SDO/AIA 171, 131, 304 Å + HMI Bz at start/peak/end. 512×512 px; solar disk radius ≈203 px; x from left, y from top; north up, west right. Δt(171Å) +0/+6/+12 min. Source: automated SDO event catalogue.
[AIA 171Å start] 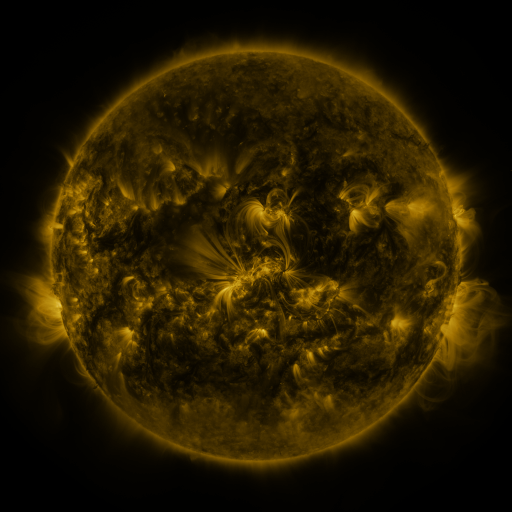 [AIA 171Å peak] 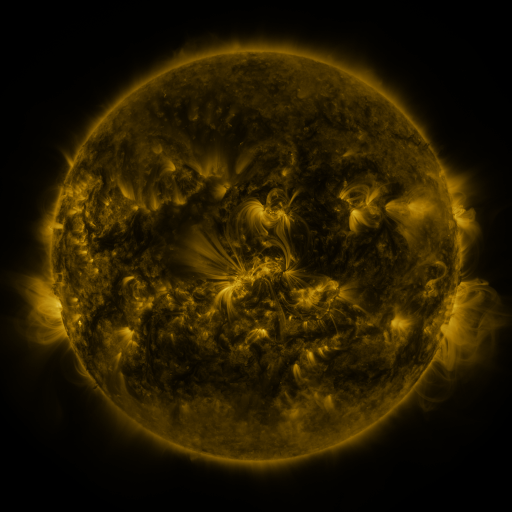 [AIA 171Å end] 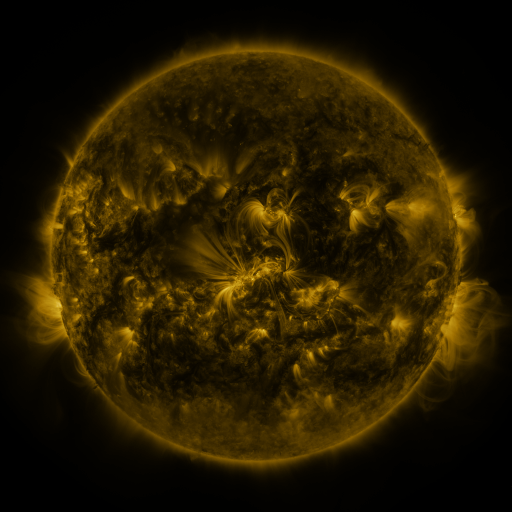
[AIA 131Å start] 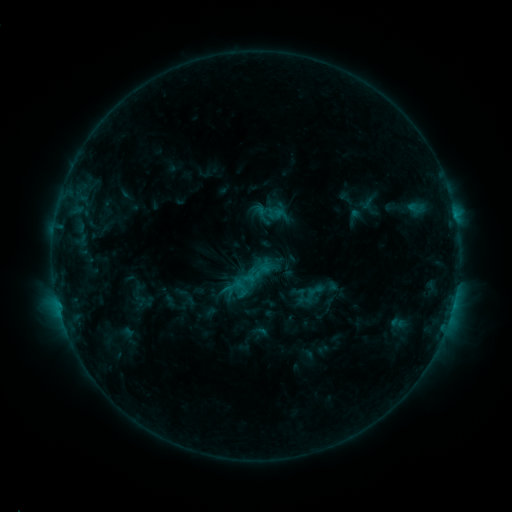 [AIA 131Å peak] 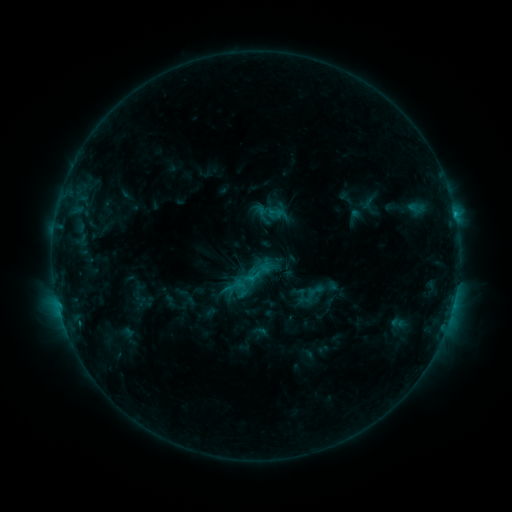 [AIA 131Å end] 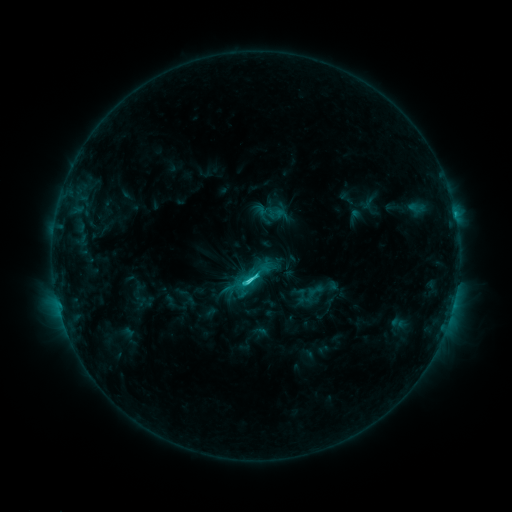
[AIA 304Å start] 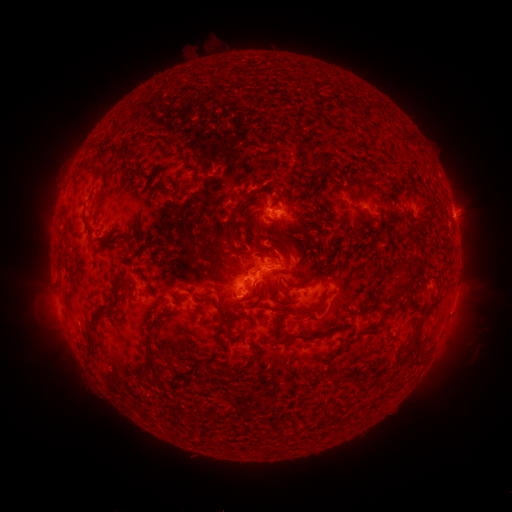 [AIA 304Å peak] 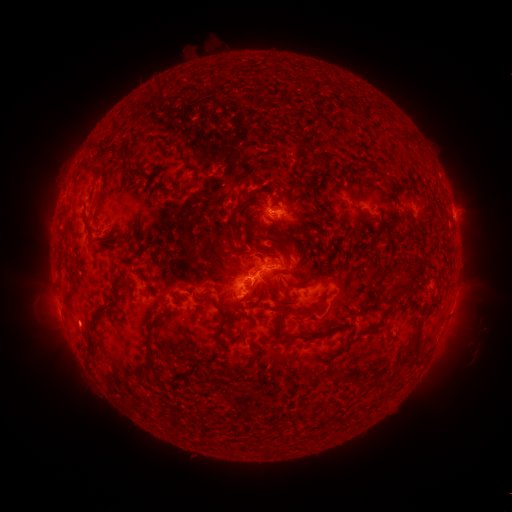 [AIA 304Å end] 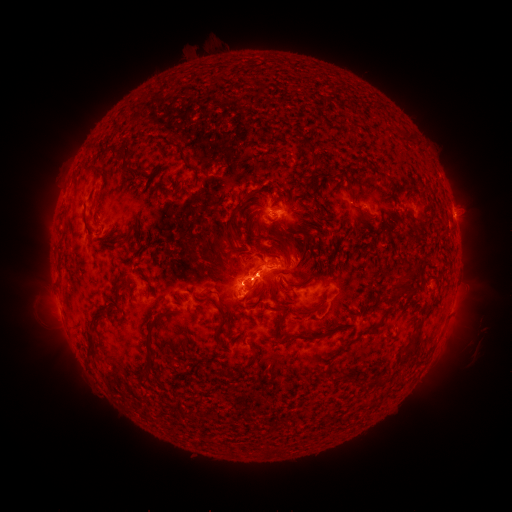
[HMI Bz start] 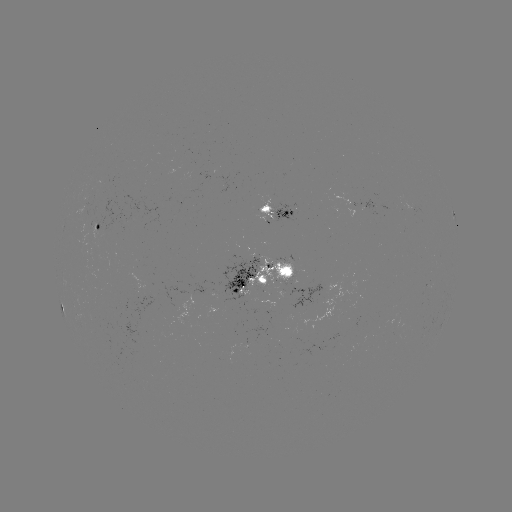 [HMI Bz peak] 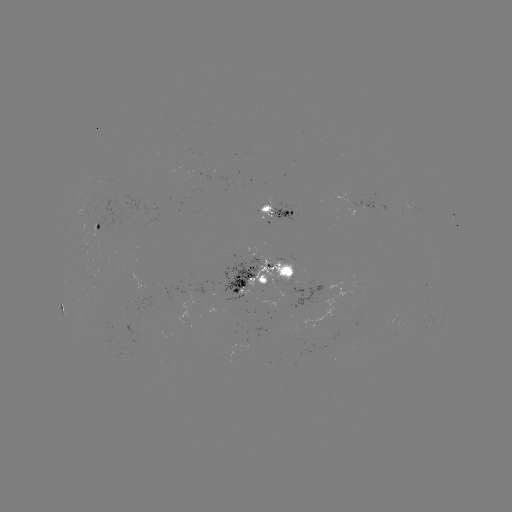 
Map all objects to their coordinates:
eruption: (81, 327)
